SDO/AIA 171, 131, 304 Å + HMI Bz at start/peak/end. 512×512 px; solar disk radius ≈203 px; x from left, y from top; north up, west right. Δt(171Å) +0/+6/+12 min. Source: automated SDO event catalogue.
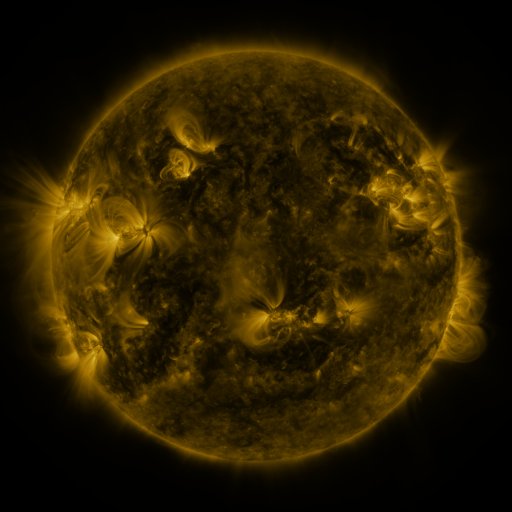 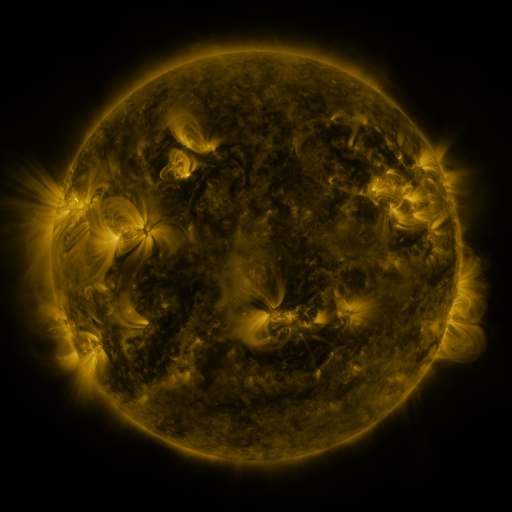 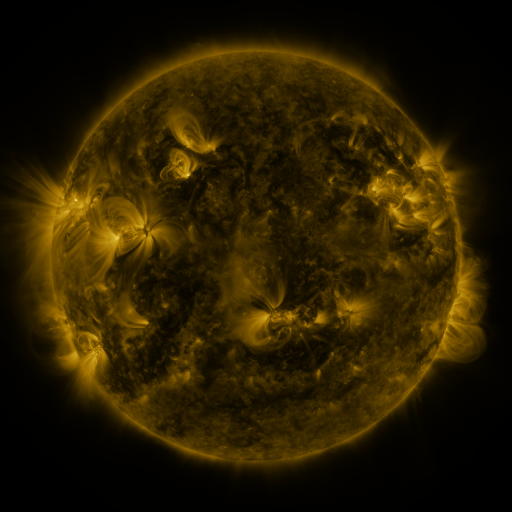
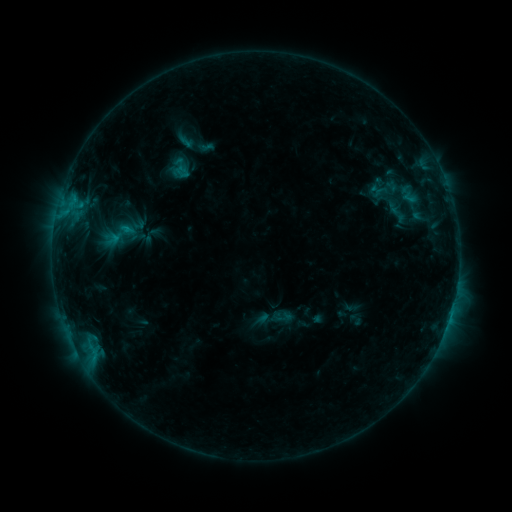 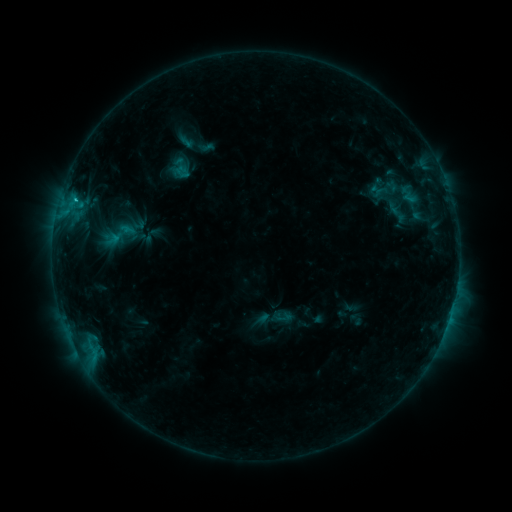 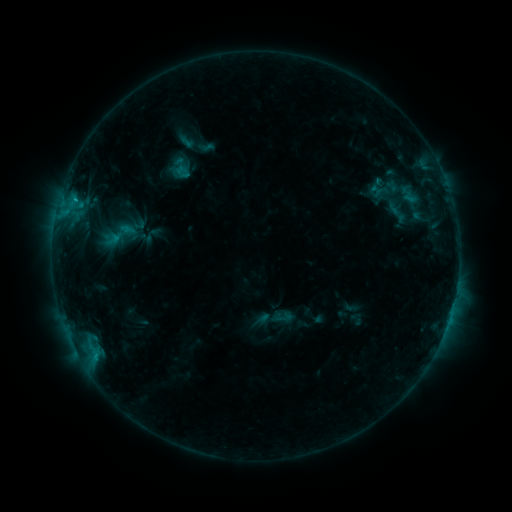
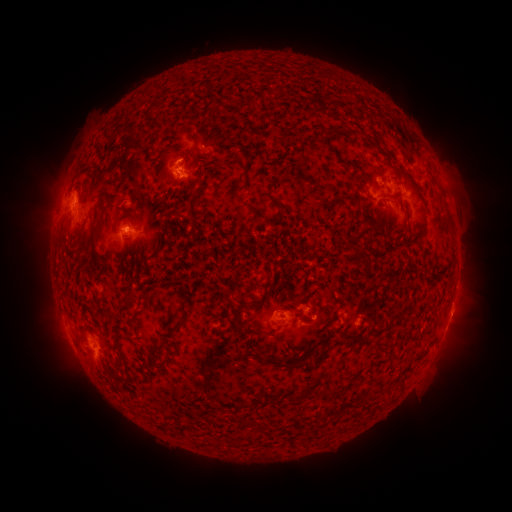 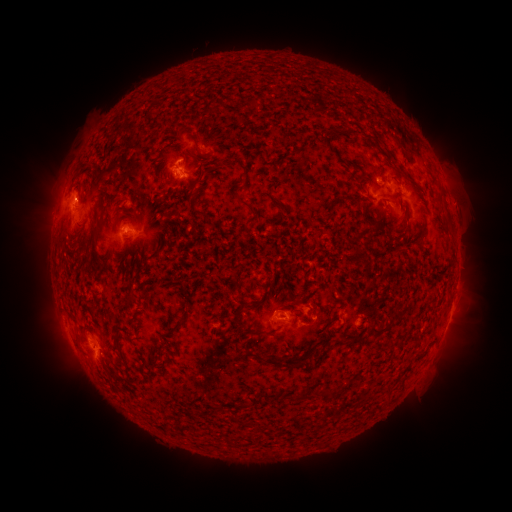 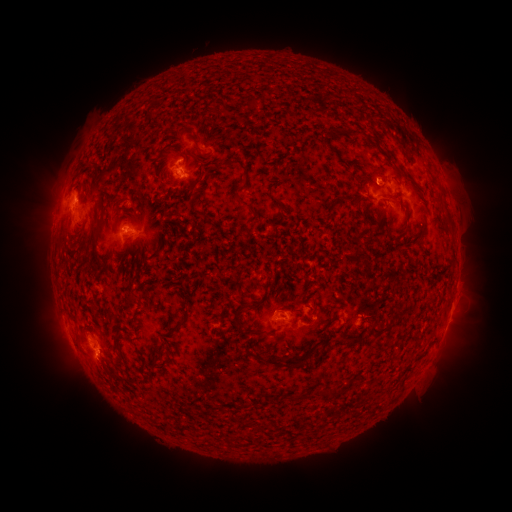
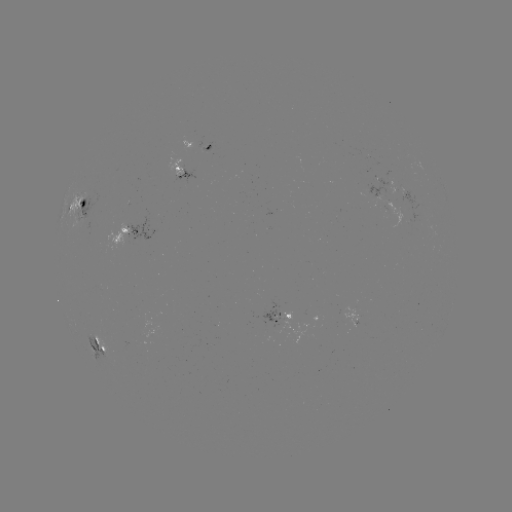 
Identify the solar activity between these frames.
C1.5 flare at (117, 241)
